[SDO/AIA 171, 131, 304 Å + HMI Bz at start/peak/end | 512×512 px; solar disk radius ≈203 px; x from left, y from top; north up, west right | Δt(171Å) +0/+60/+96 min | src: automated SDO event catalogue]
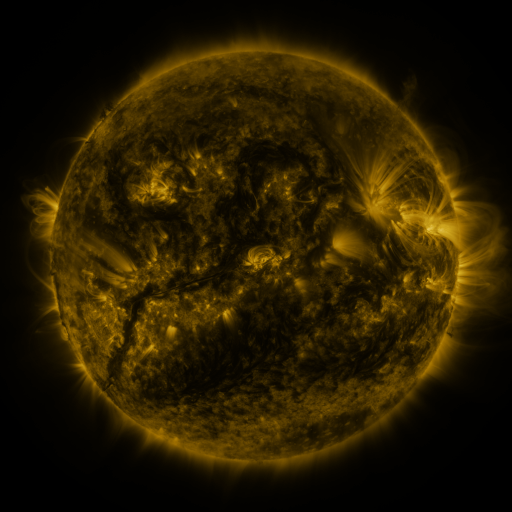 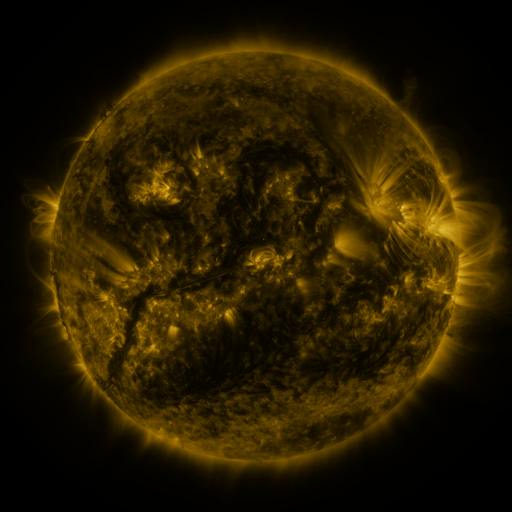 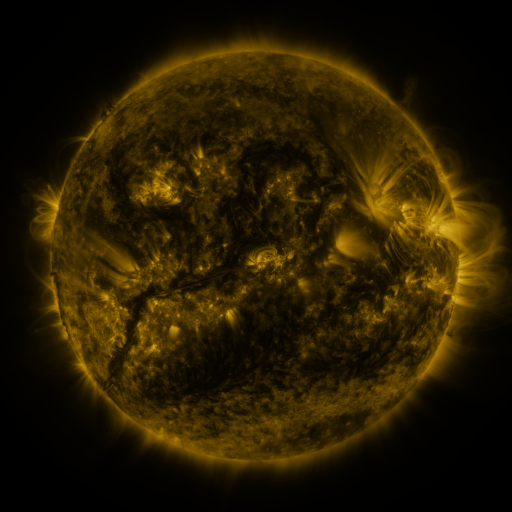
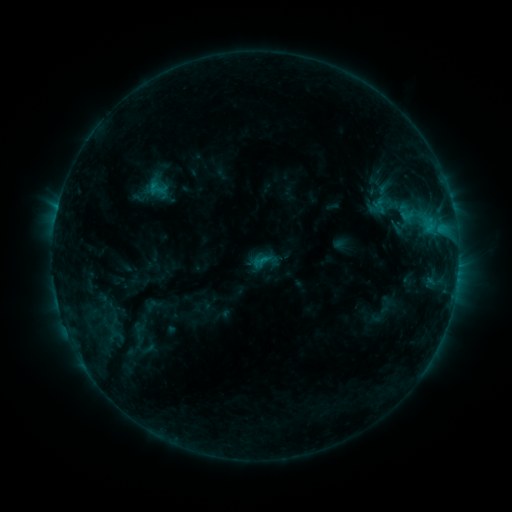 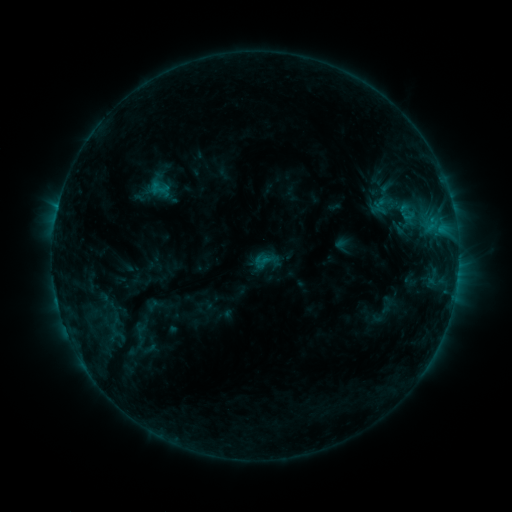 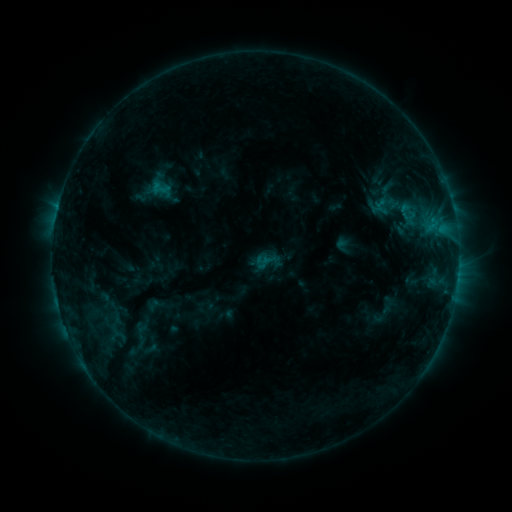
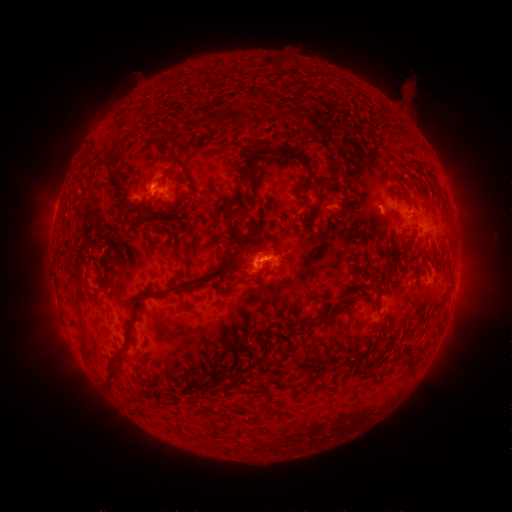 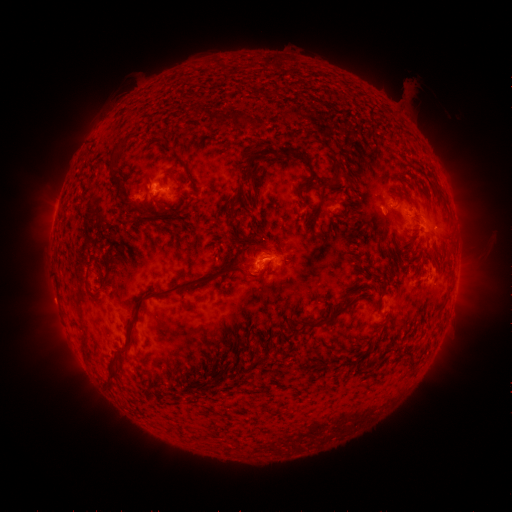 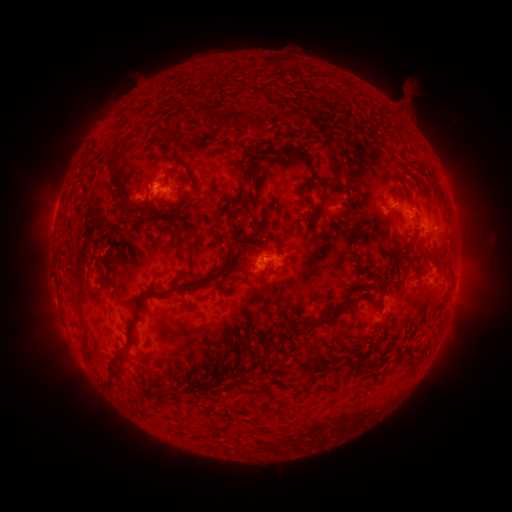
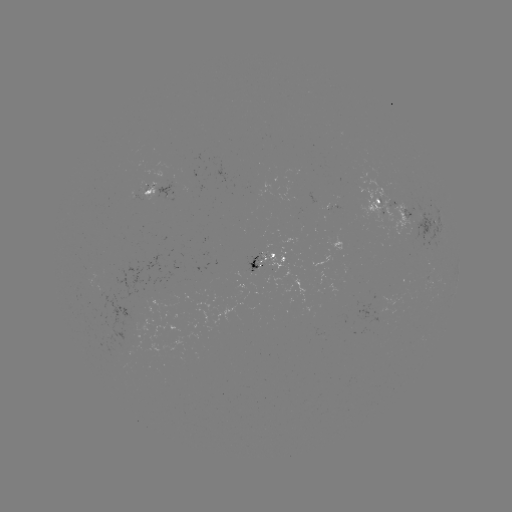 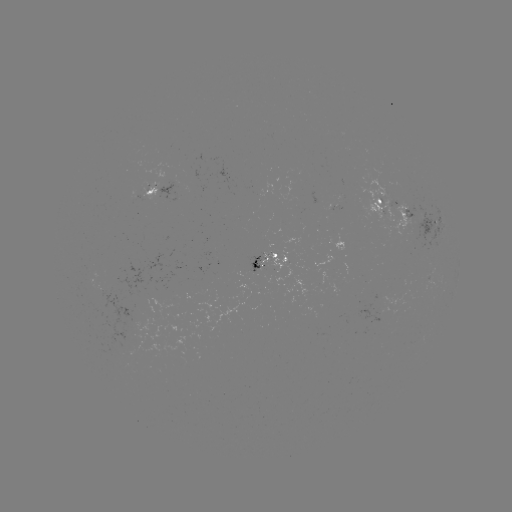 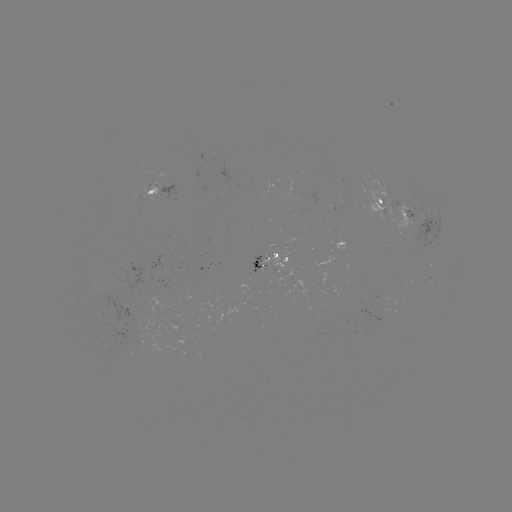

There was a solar emerging-flux region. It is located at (428, 274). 